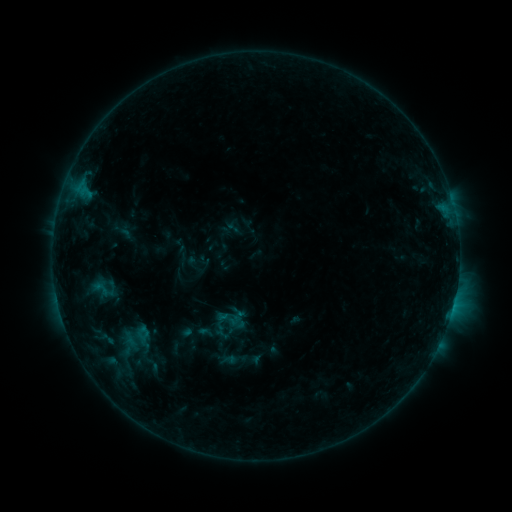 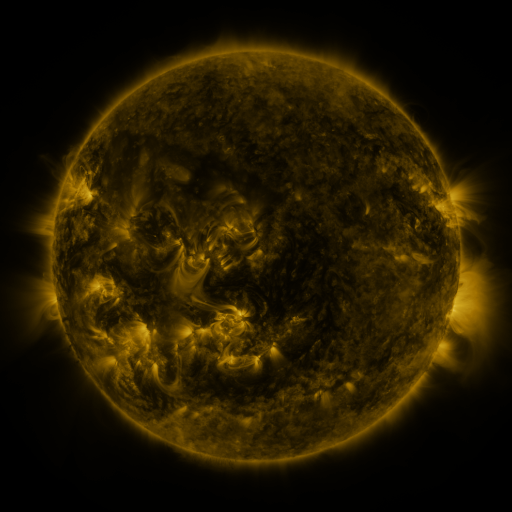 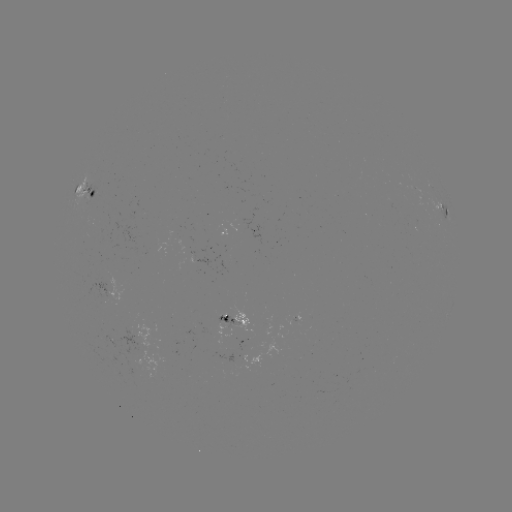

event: sigmoid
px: (229, 318)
